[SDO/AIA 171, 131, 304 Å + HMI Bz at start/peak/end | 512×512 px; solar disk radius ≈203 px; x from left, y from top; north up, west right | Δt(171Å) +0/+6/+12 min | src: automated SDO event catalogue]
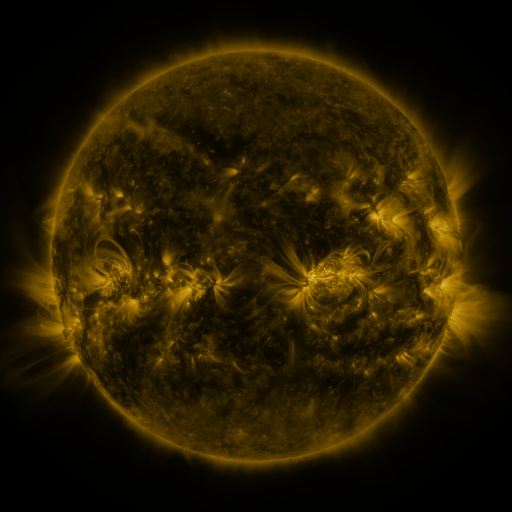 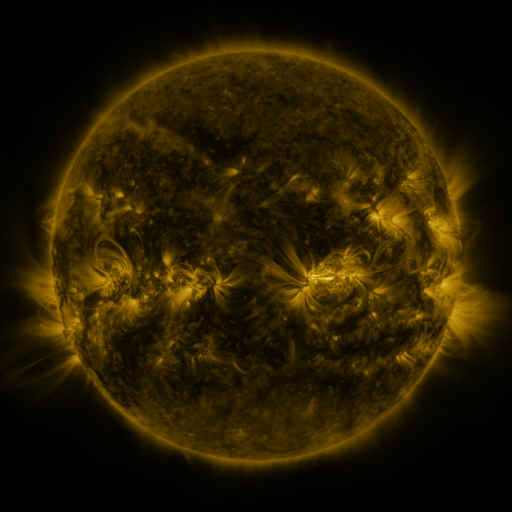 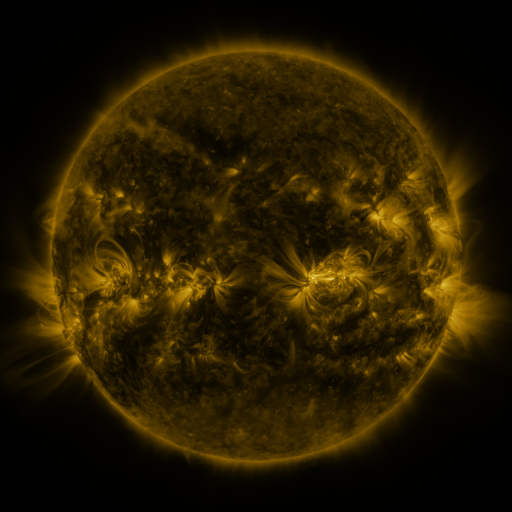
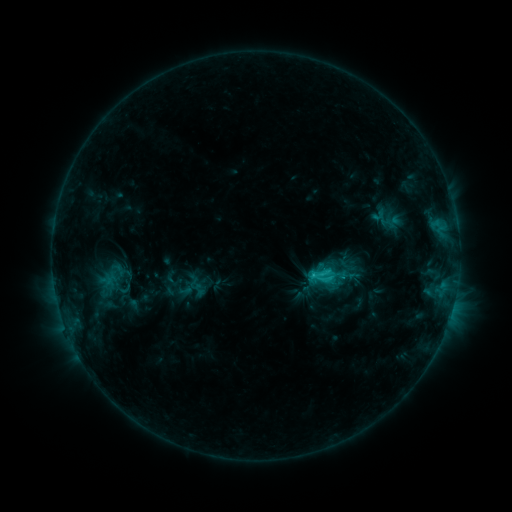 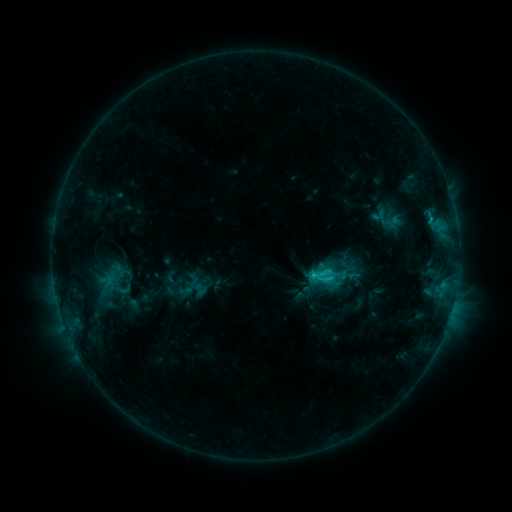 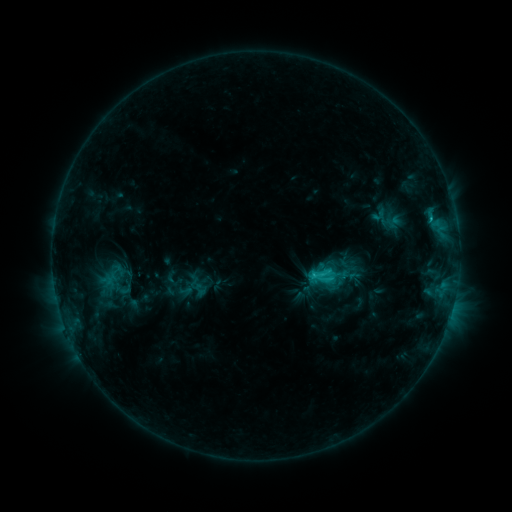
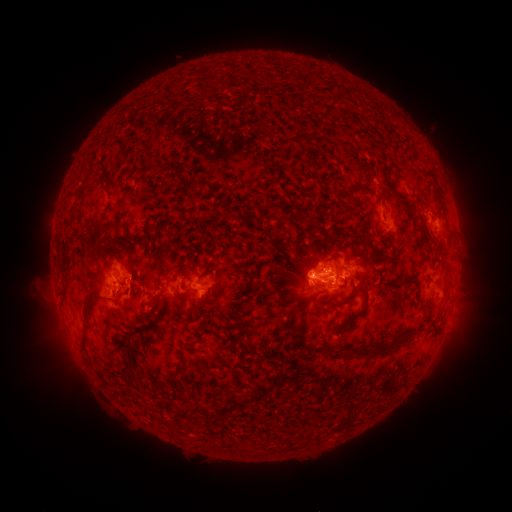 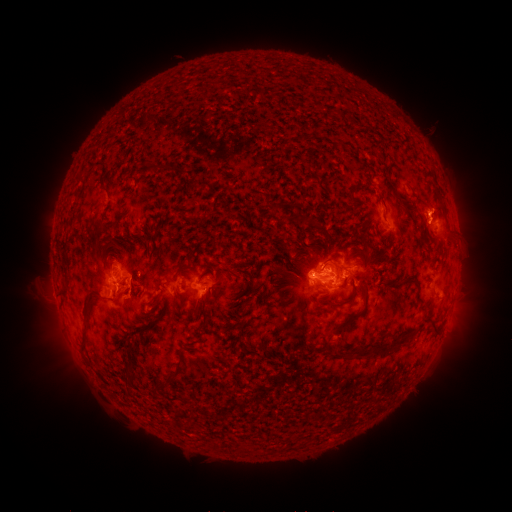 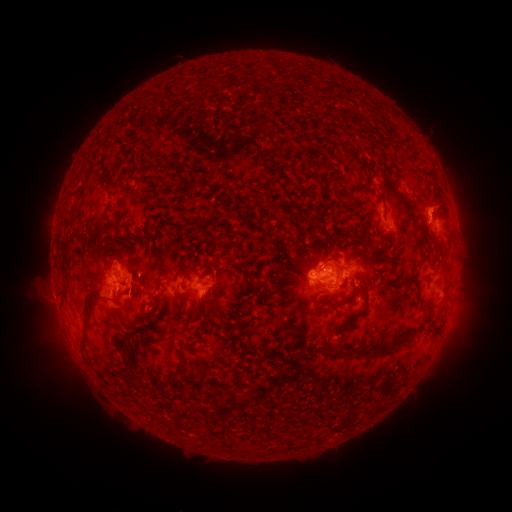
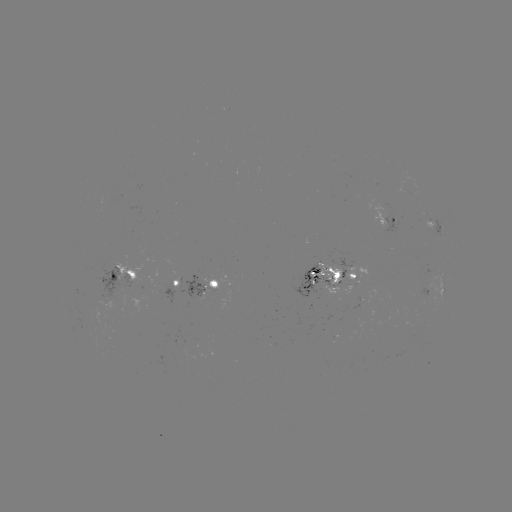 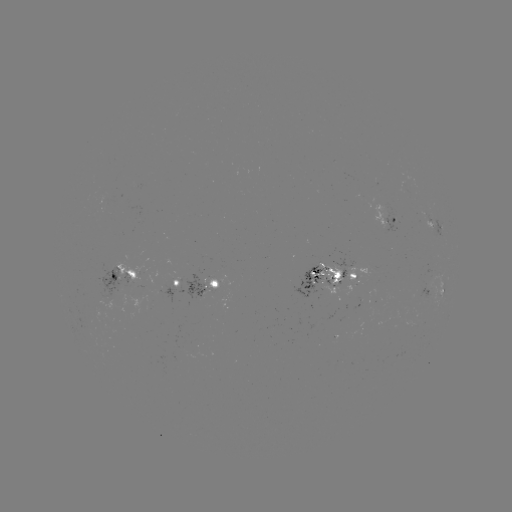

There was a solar eruption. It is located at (439, 202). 